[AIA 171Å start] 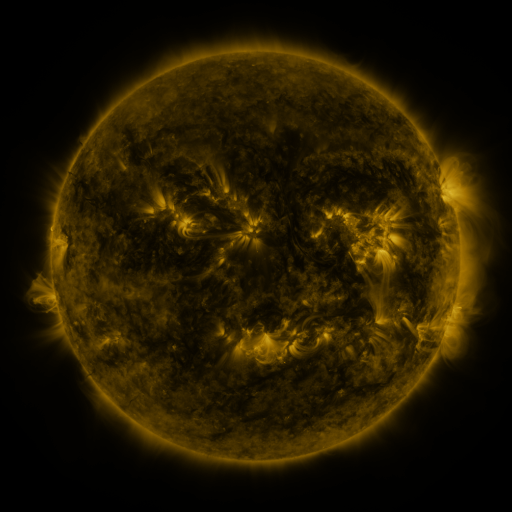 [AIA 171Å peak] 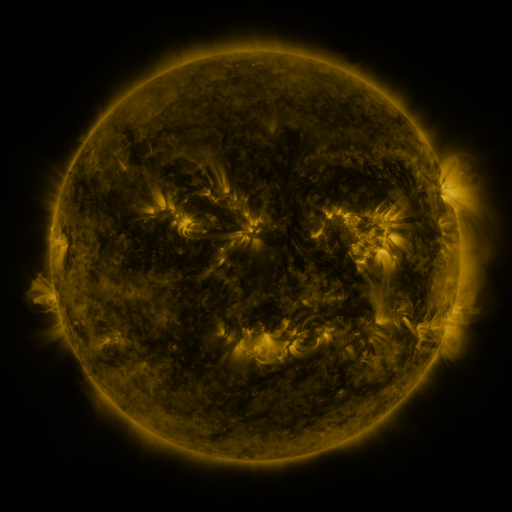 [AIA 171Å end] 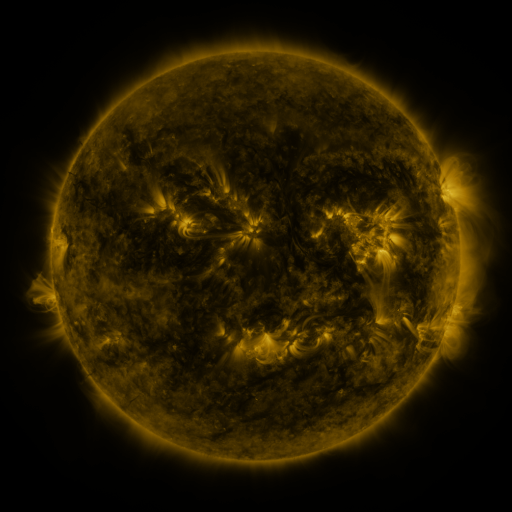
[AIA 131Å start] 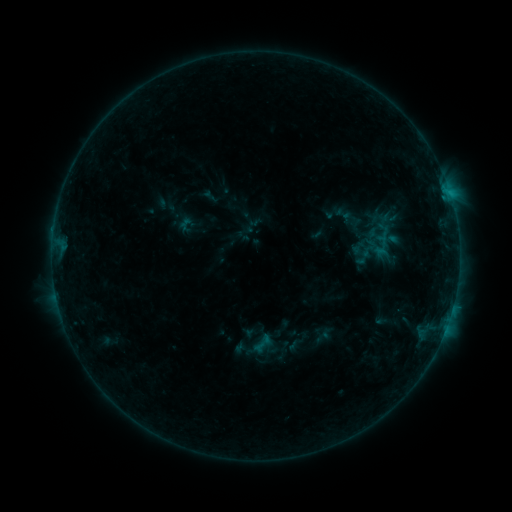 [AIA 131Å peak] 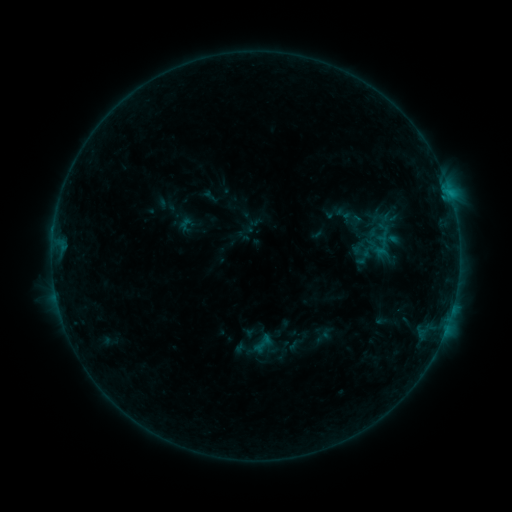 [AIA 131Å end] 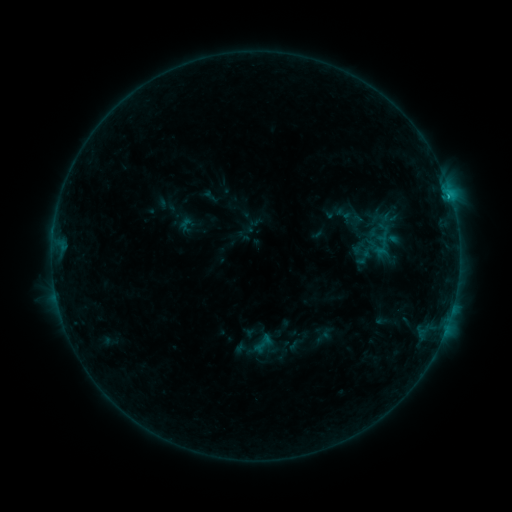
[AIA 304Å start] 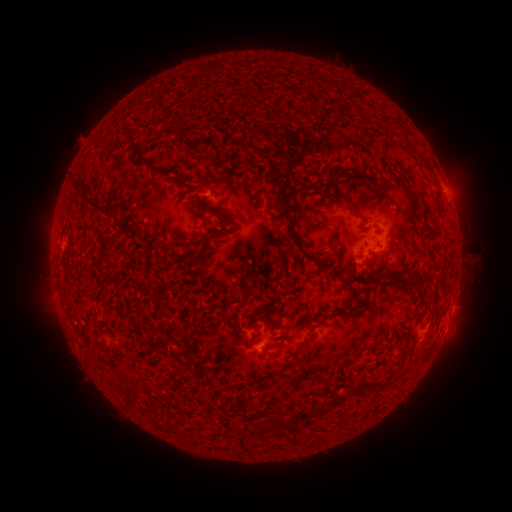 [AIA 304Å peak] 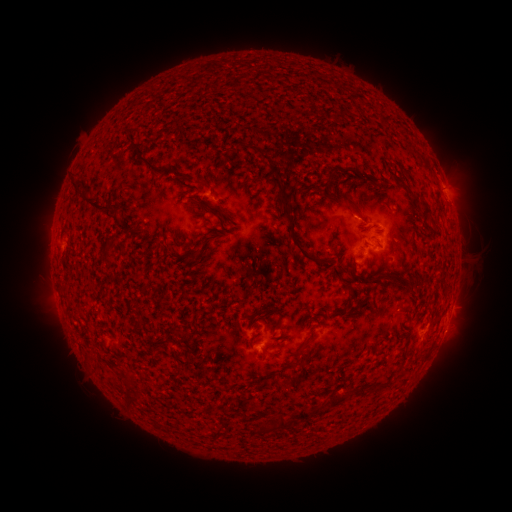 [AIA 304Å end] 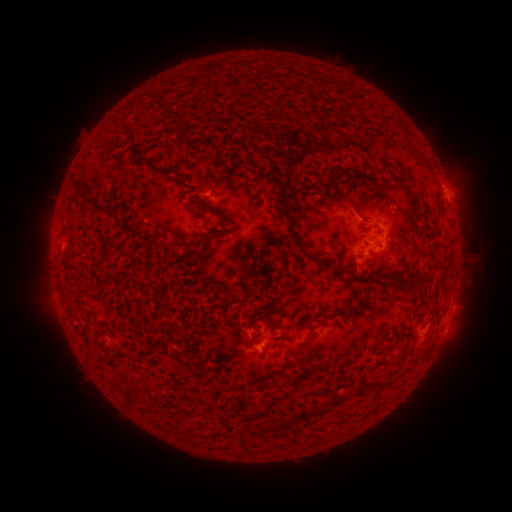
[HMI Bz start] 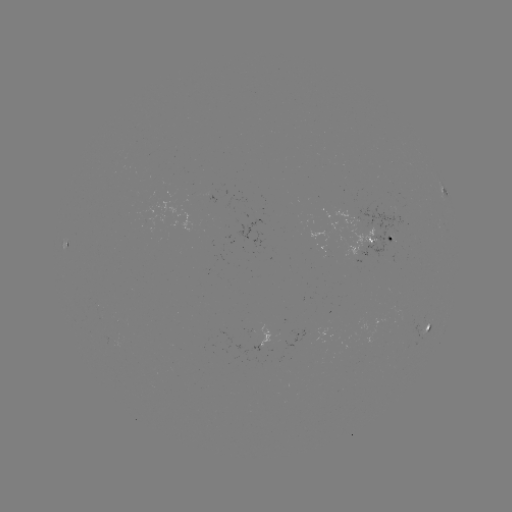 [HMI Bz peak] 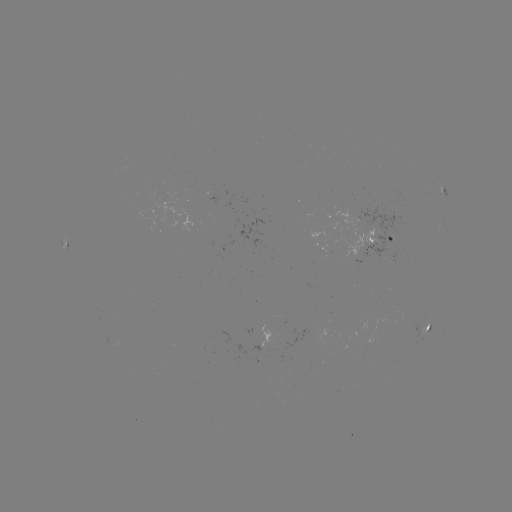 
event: eruption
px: (359, 210)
